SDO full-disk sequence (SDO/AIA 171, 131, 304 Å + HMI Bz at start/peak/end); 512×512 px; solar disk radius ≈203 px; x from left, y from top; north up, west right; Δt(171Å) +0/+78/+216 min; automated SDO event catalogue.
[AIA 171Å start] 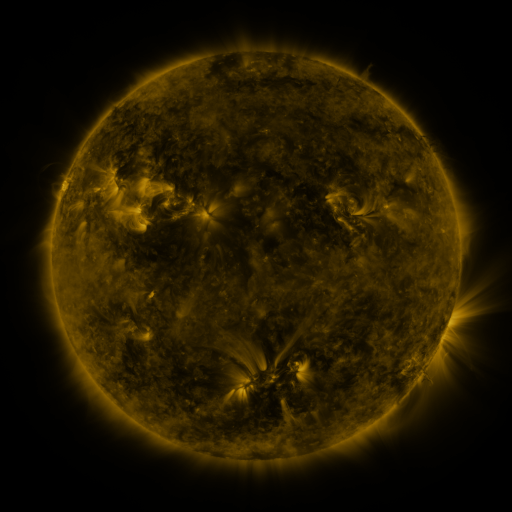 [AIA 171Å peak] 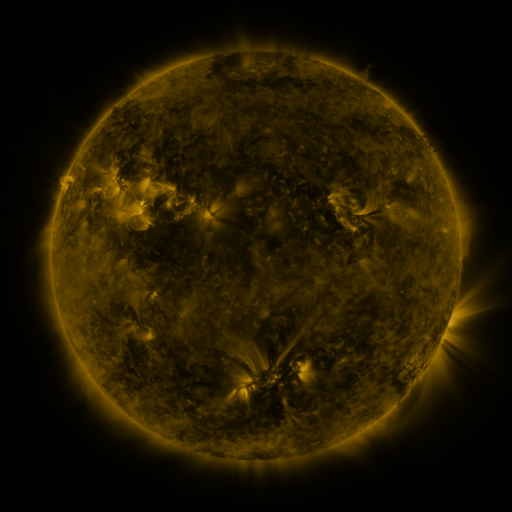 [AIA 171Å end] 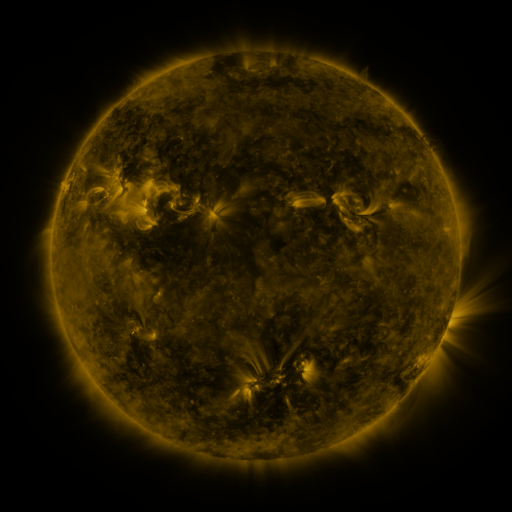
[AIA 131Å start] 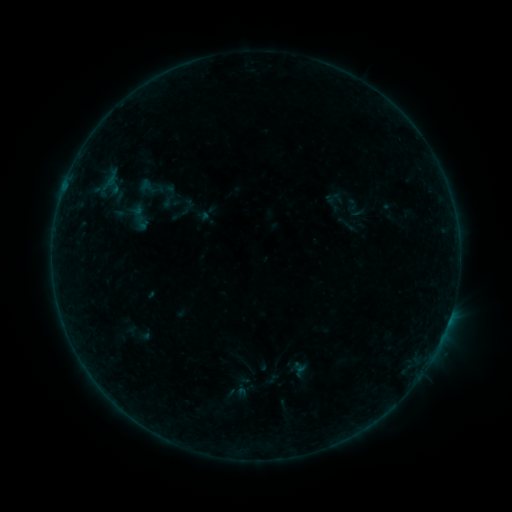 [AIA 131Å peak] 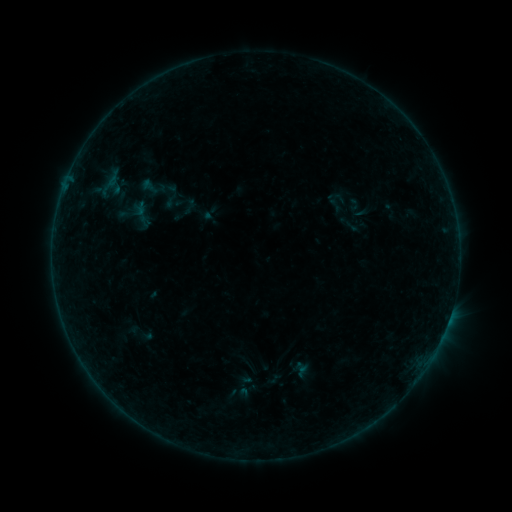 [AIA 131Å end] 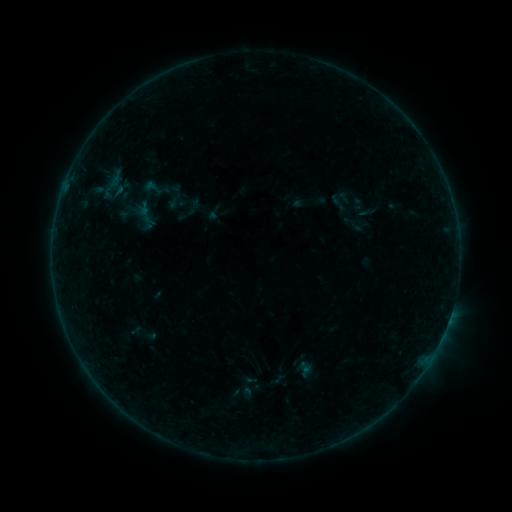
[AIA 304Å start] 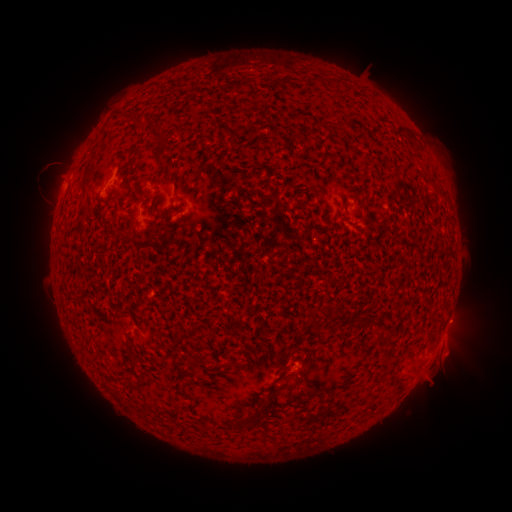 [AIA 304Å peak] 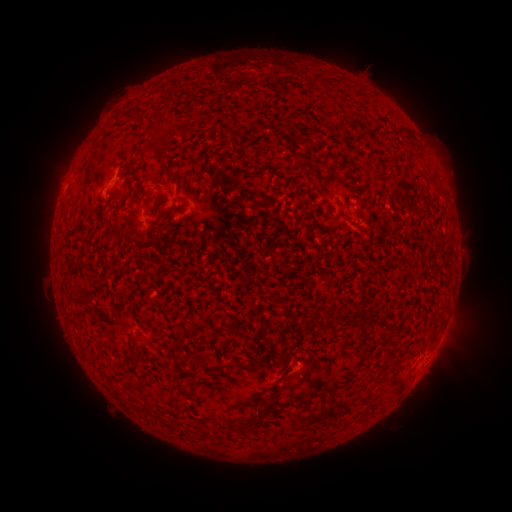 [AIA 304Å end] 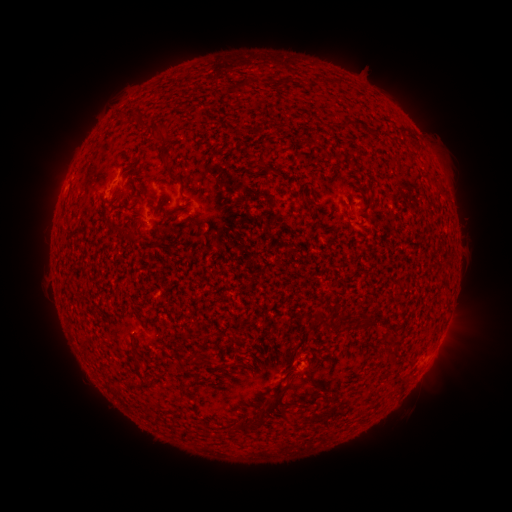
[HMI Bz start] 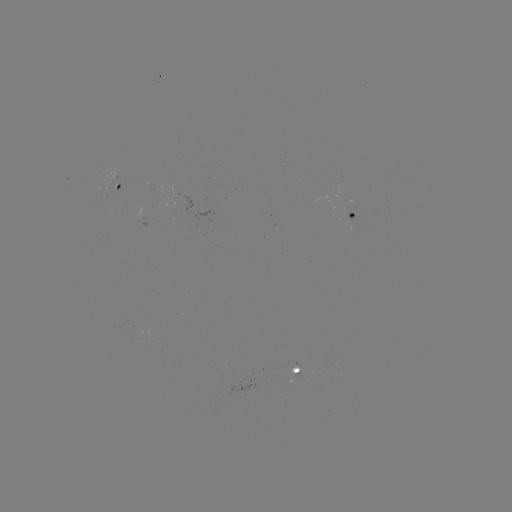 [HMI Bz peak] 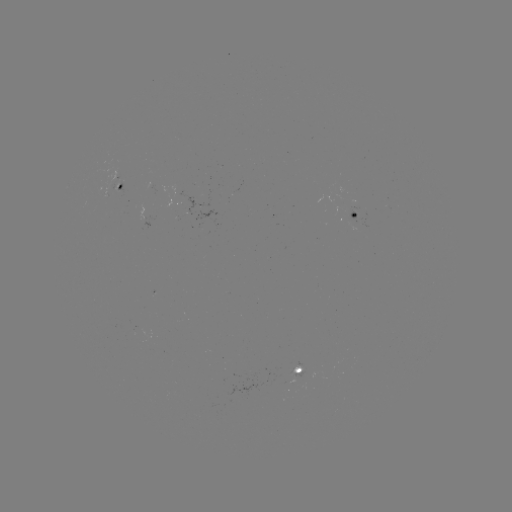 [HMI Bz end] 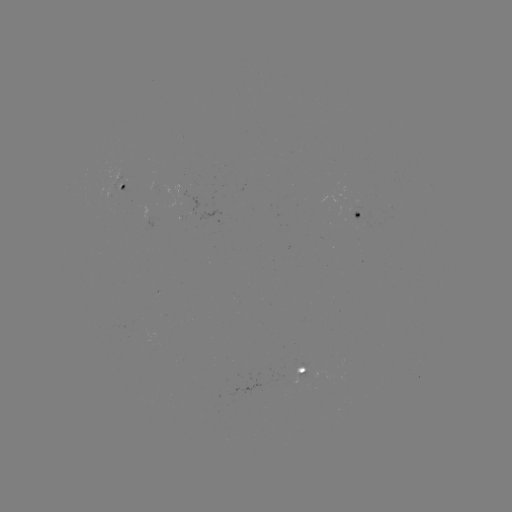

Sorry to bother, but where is B2.2 flare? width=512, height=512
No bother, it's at [67, 180].